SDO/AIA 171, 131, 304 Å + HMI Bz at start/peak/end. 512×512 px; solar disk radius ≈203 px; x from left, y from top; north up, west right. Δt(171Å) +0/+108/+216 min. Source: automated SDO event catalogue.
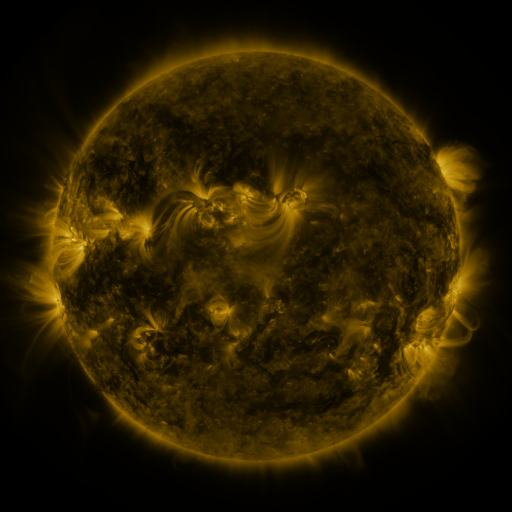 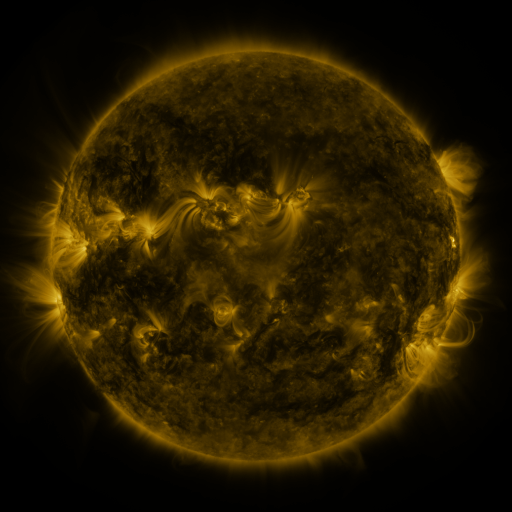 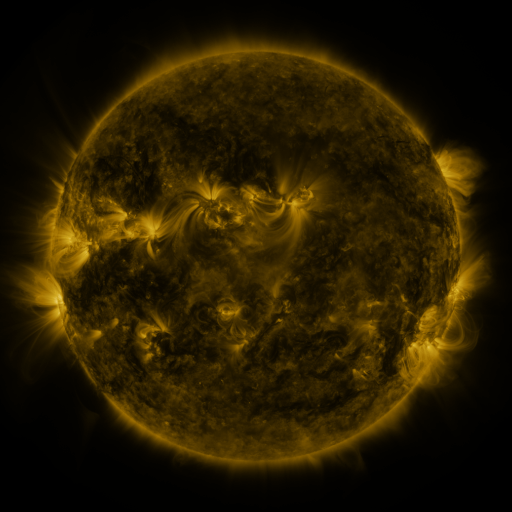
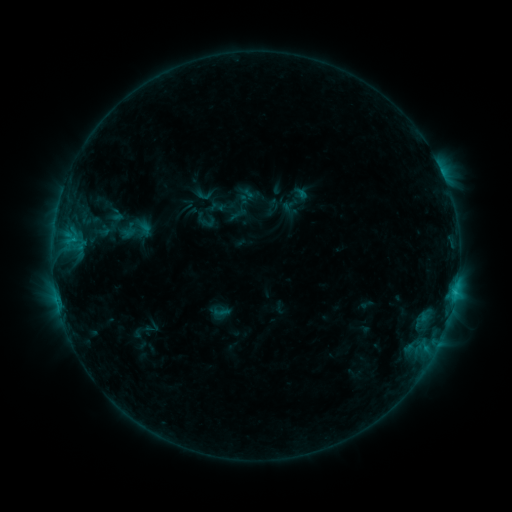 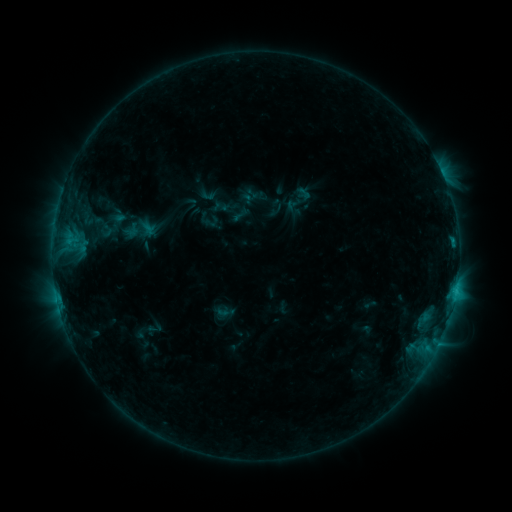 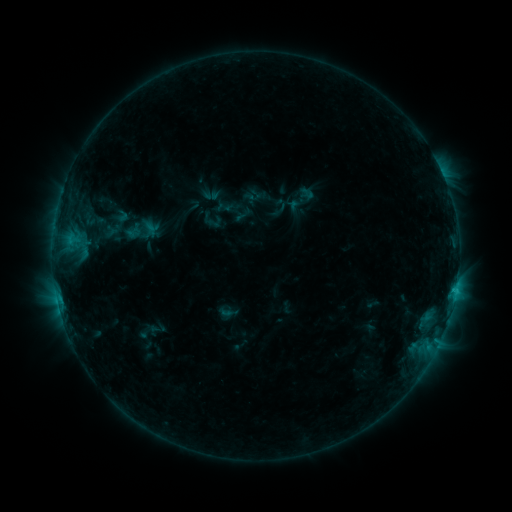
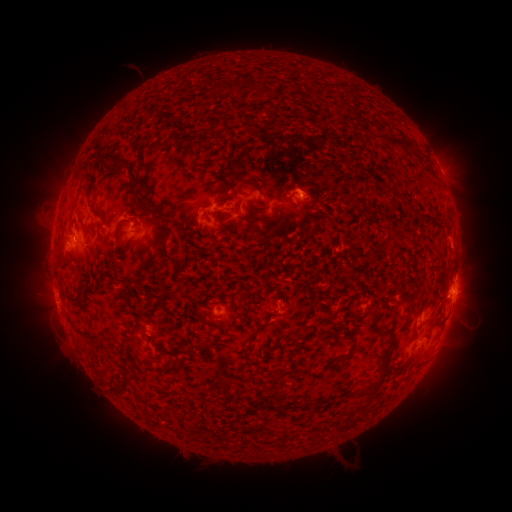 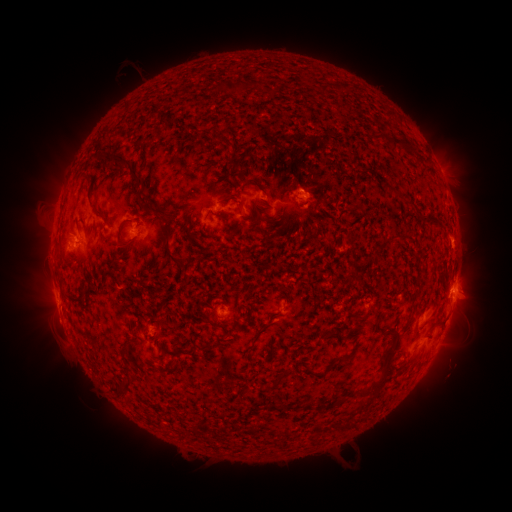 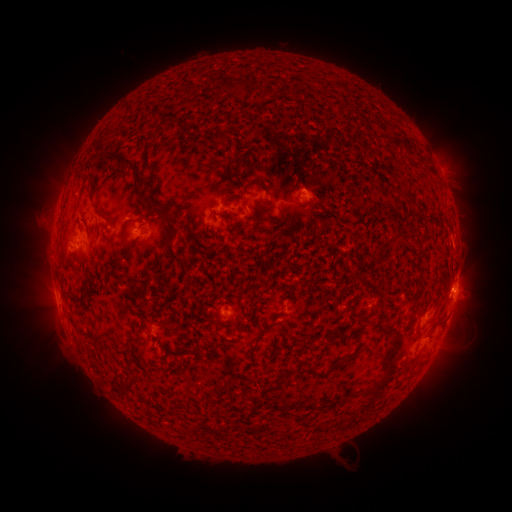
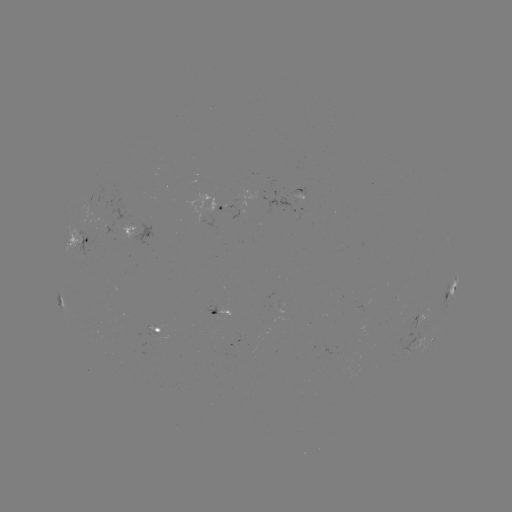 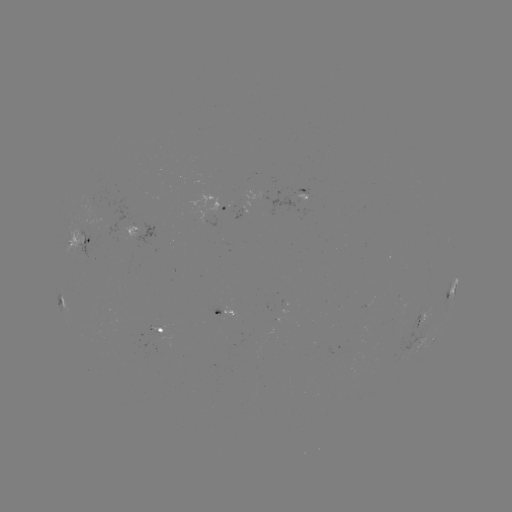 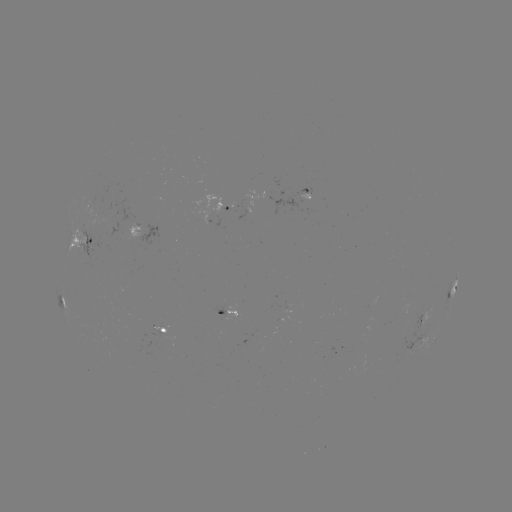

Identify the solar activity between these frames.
filament eruption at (472, 318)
